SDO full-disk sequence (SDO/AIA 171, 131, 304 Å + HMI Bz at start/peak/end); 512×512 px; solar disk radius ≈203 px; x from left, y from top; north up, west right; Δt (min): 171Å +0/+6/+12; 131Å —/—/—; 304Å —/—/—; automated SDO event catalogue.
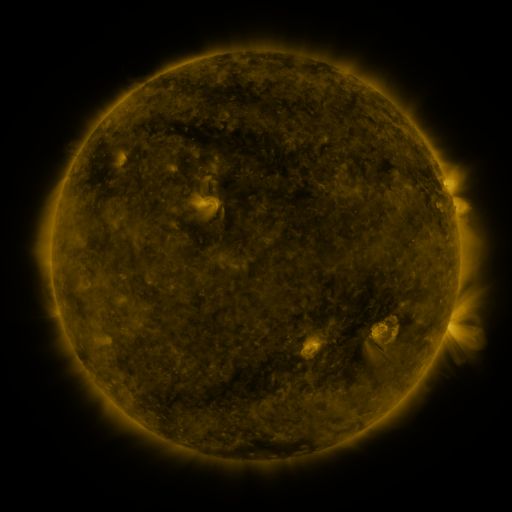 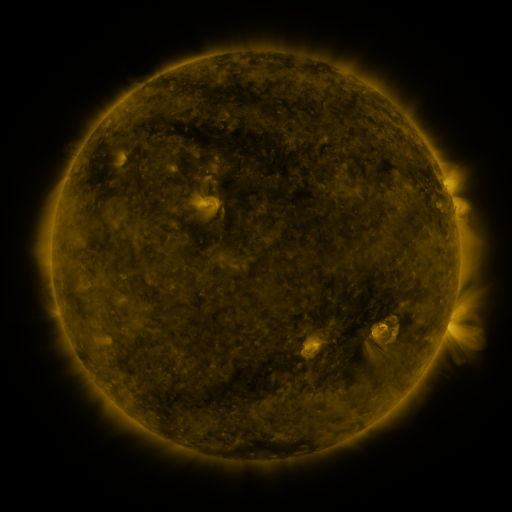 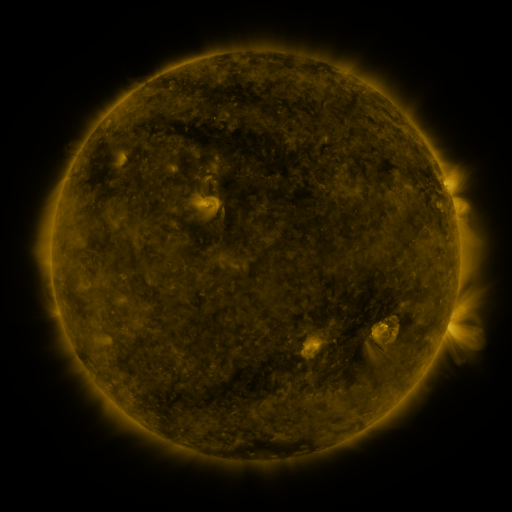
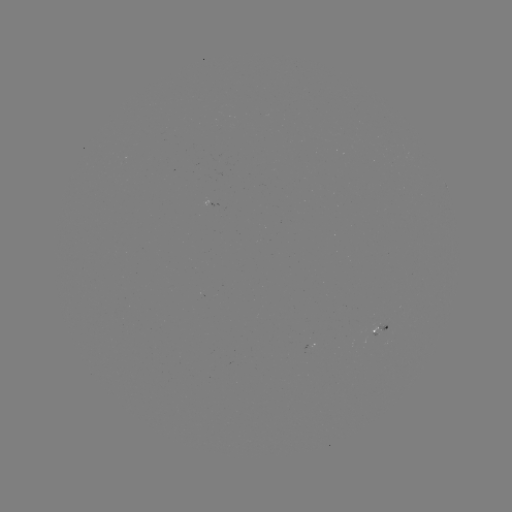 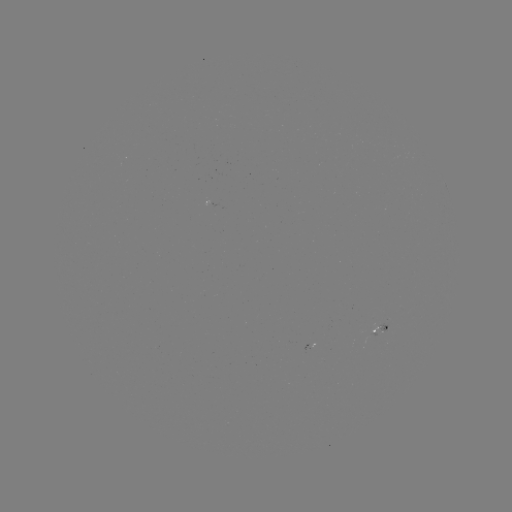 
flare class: B1.2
